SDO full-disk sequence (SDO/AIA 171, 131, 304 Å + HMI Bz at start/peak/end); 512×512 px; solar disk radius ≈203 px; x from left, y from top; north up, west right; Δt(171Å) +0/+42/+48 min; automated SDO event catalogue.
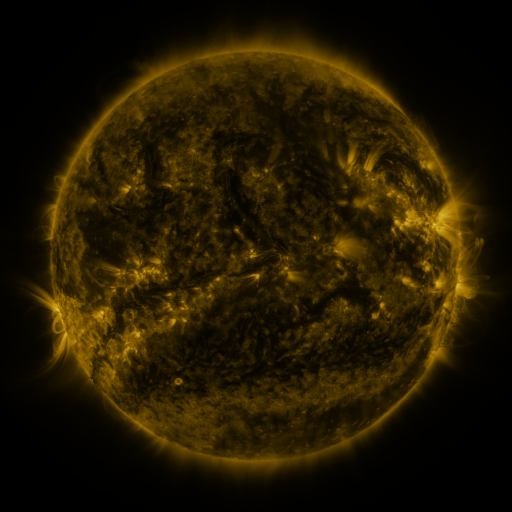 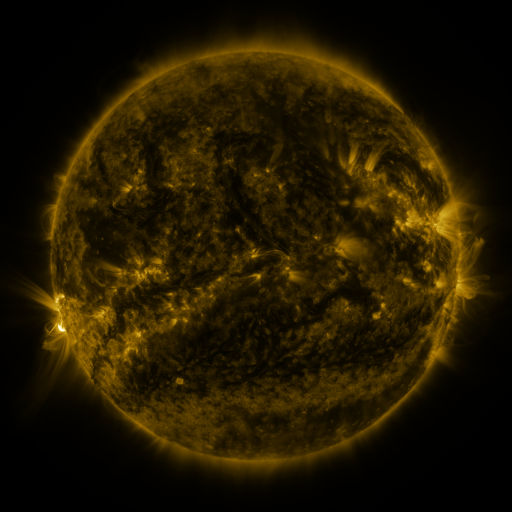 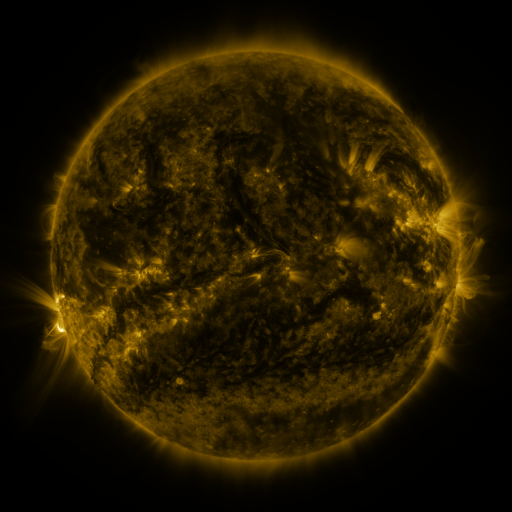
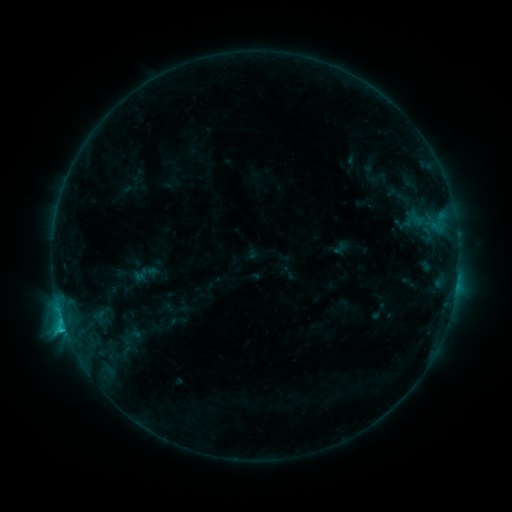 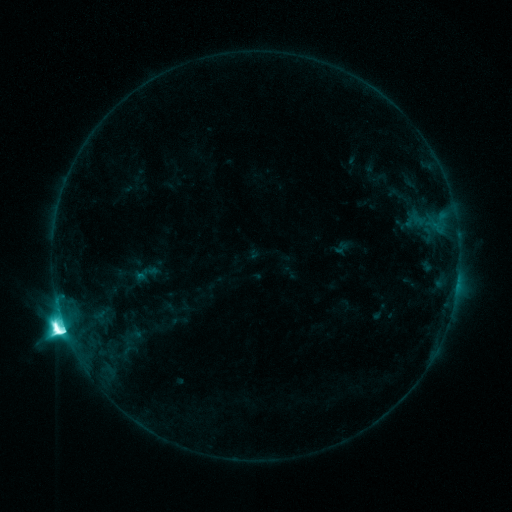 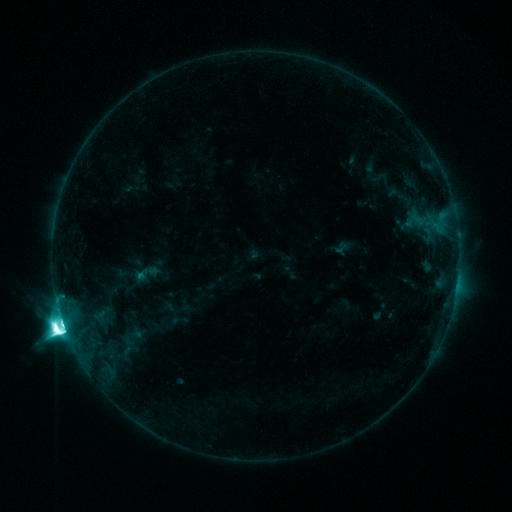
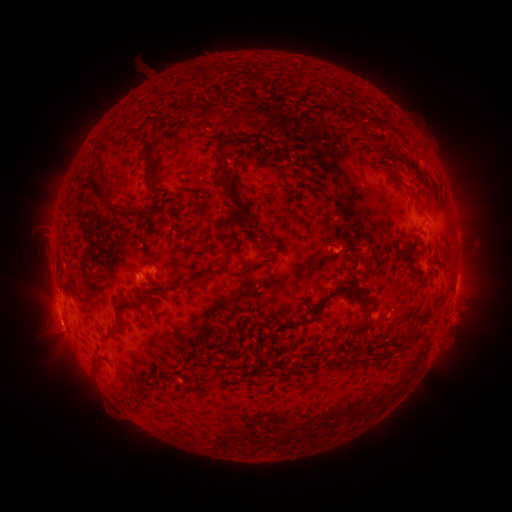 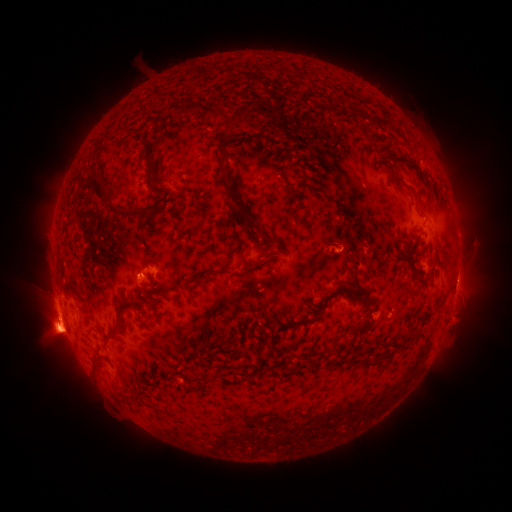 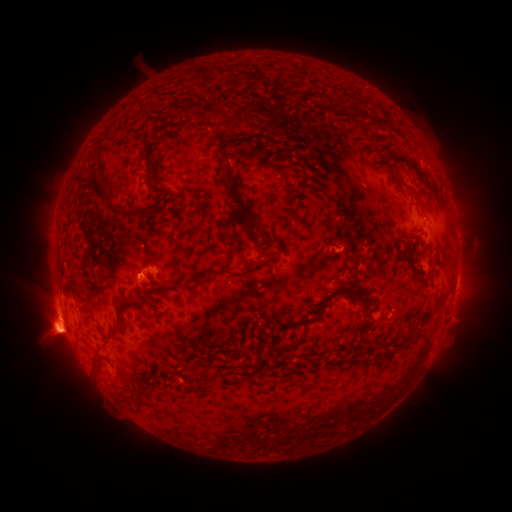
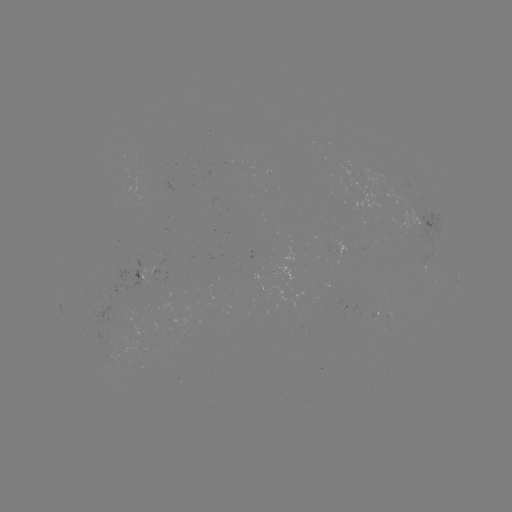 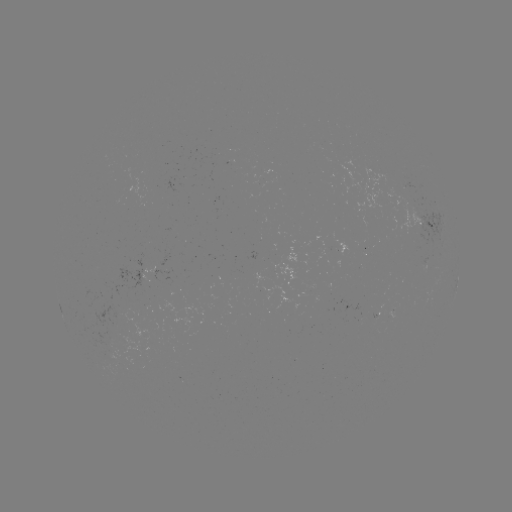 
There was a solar flare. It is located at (65, 323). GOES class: M3.0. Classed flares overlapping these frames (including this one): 1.